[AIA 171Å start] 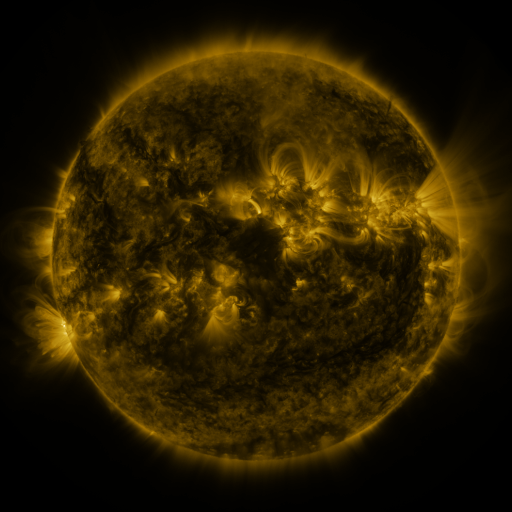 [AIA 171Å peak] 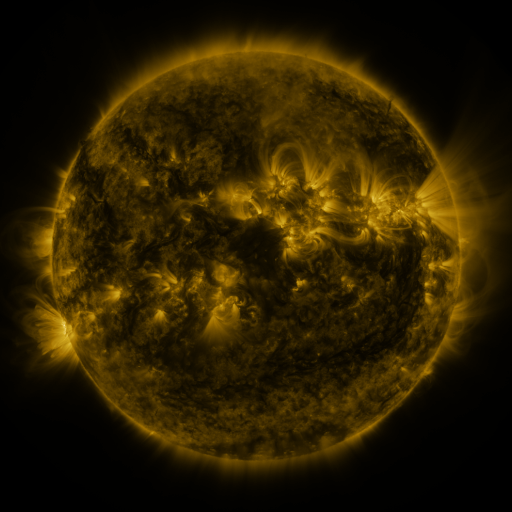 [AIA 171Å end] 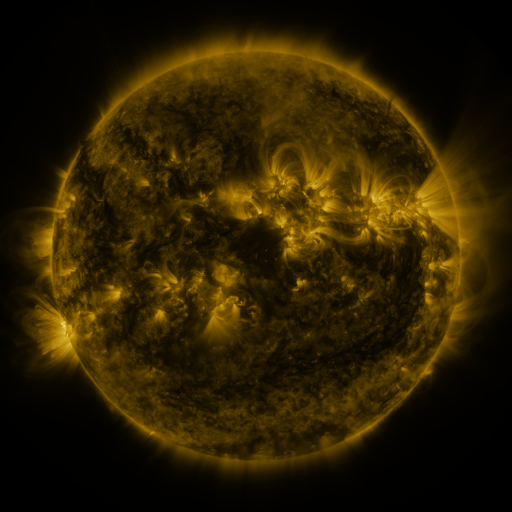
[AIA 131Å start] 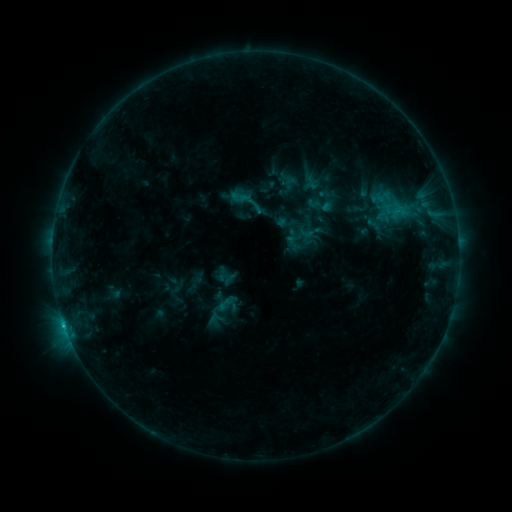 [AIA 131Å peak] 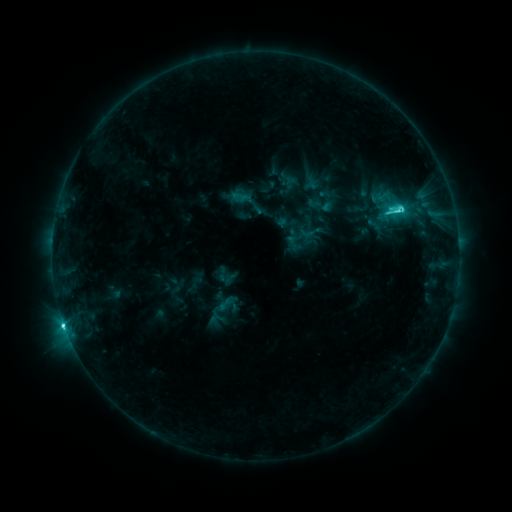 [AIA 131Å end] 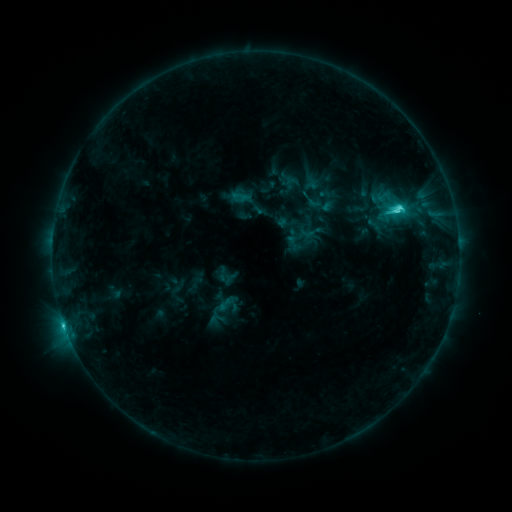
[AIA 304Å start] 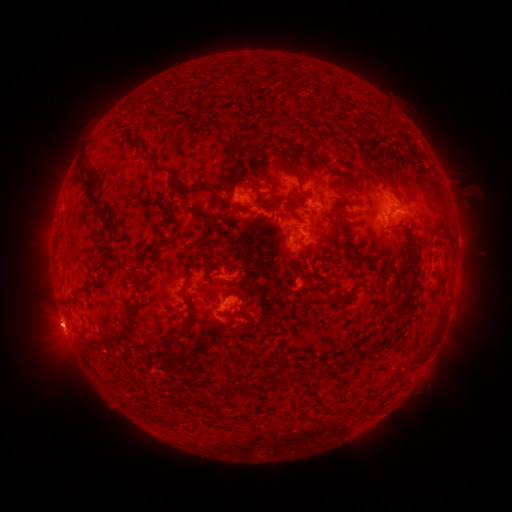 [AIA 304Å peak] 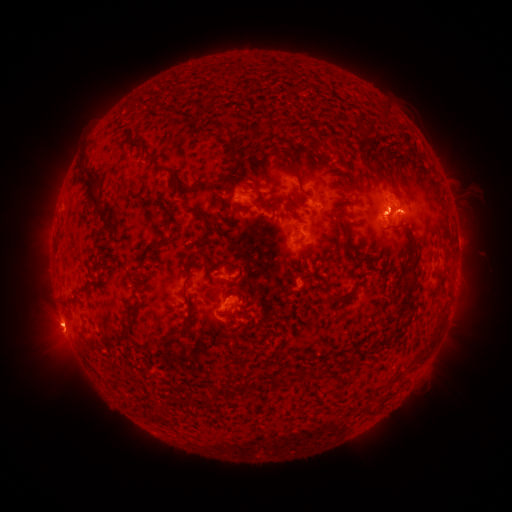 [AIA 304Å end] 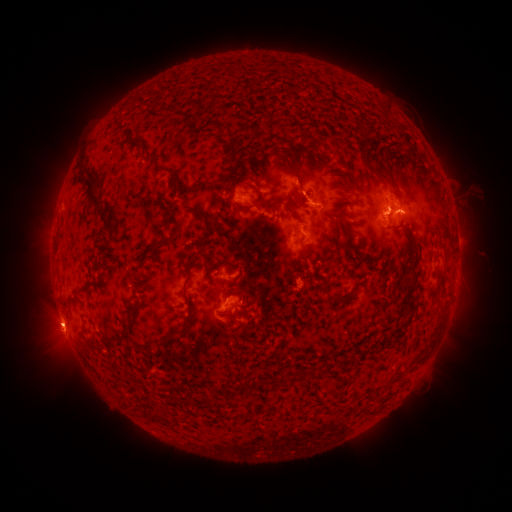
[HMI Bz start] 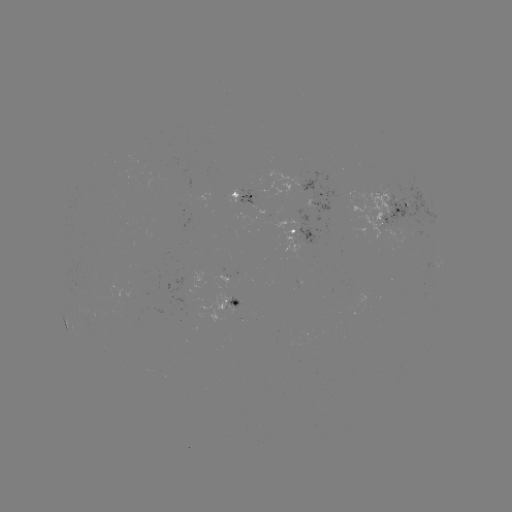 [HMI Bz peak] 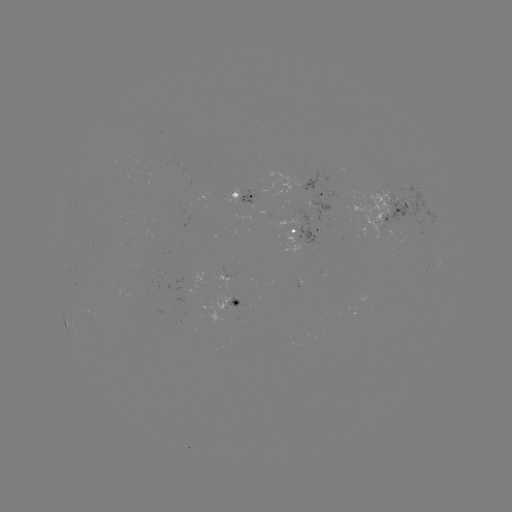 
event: flare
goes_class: C4.6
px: (398, 211)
